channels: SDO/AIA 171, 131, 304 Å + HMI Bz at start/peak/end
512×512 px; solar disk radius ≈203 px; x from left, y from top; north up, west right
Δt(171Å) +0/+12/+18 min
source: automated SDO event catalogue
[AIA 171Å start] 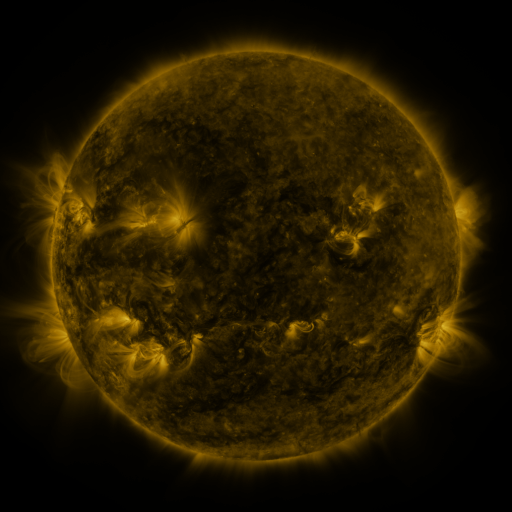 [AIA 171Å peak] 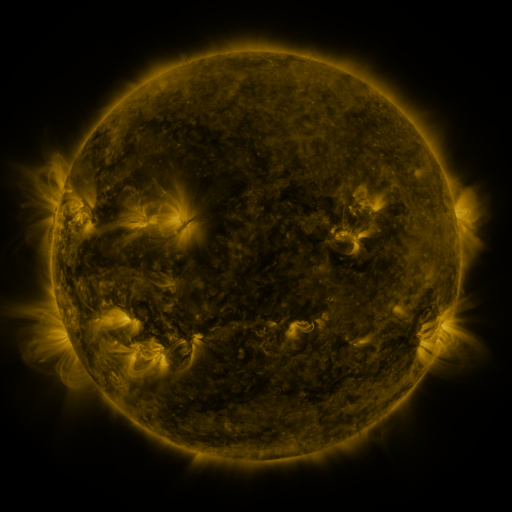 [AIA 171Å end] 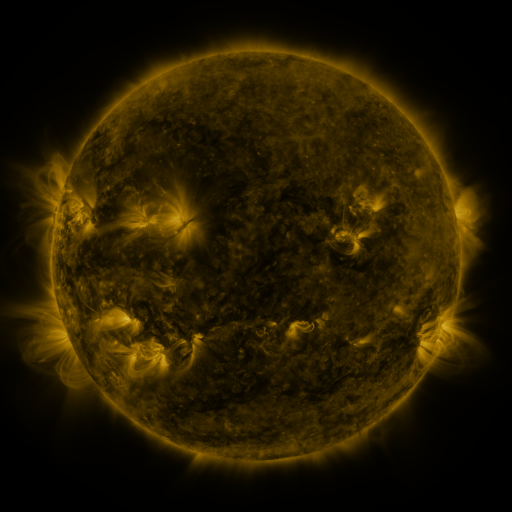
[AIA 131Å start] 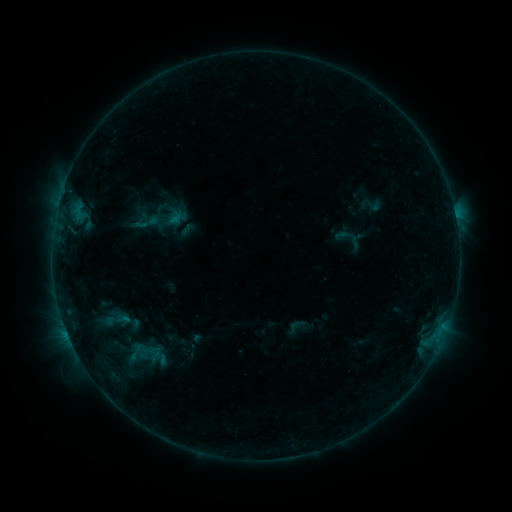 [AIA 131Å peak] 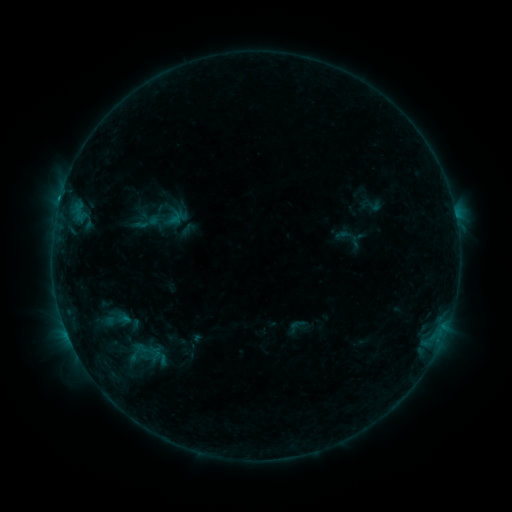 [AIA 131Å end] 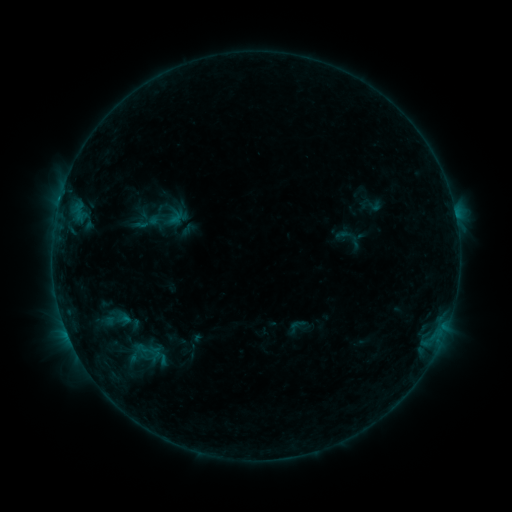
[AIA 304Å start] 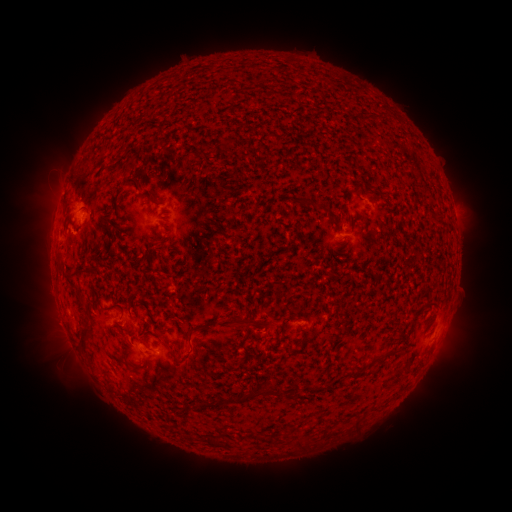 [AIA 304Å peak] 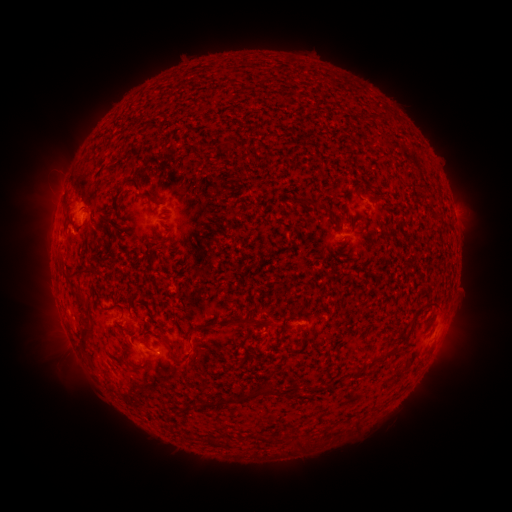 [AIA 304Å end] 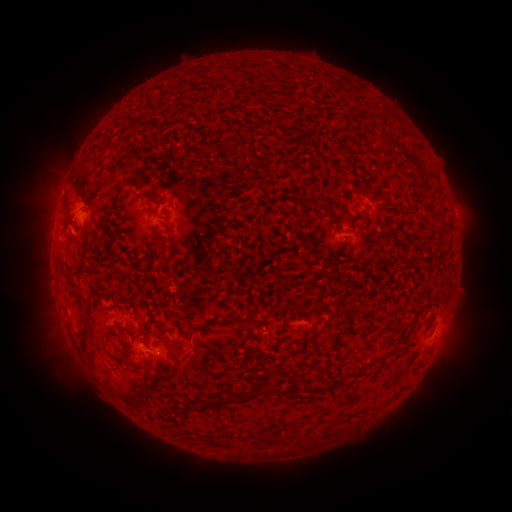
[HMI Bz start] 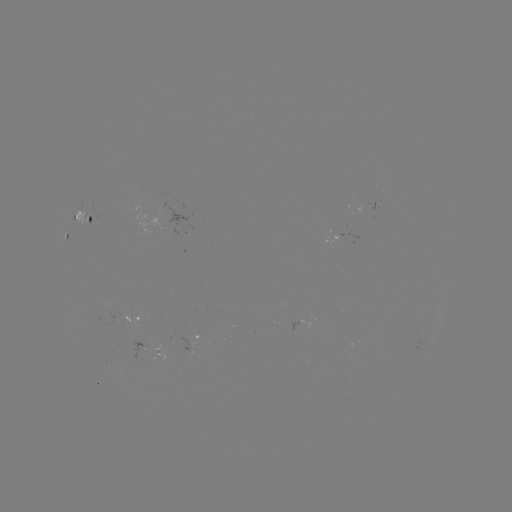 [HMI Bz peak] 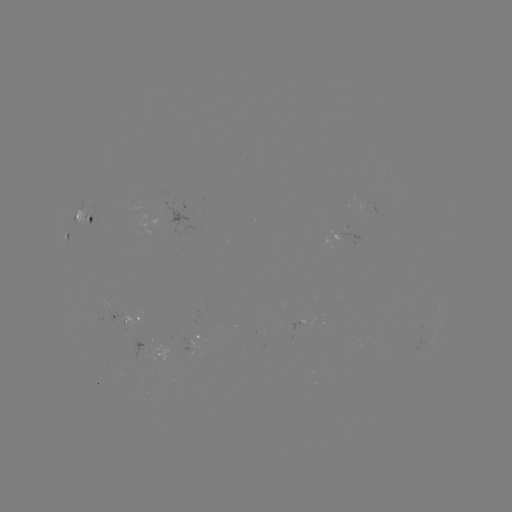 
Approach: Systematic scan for B5.2 flare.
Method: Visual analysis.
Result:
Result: B5.2 flare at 60,200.